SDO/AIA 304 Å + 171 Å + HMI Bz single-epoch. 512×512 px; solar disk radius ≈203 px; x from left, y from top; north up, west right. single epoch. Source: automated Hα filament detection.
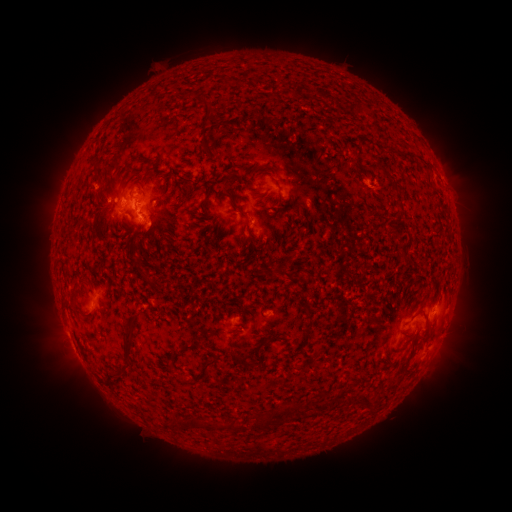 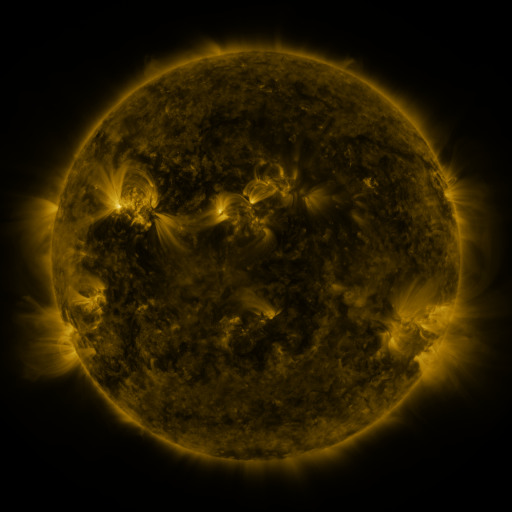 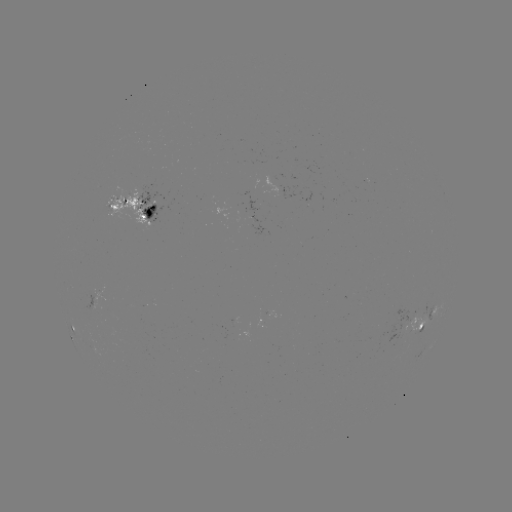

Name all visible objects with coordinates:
filament: (205, 108)
filament: (206, 150)
filament: (229, 163)
filament: (258, 169)
filament: (145, 175)
filament: (391, 180)
filament: (182, 201)
filament: (397, 203)
filament: (201, 208)
filament: (243, 214)
filament: (97, 218)
filament: (395, 231)
filament: (134, 239)
filament: (145, 277)
filament: (73, 301)
filament: (309, 309)
filament: (309, 325)
filament: (273, 337)
filament: (422, 340)
filament: (190, 348)
filament: (128, 358)
filament: (241, 361)
filament: (206, 369)
filament: (184, 381)
filament: (368, 401)
filament: (293, 409)
filament: (208, 426)
